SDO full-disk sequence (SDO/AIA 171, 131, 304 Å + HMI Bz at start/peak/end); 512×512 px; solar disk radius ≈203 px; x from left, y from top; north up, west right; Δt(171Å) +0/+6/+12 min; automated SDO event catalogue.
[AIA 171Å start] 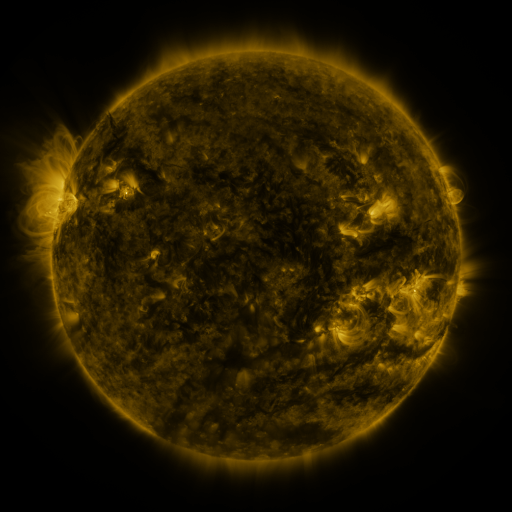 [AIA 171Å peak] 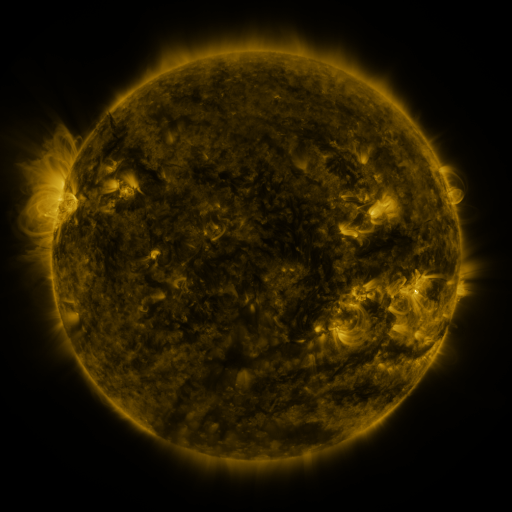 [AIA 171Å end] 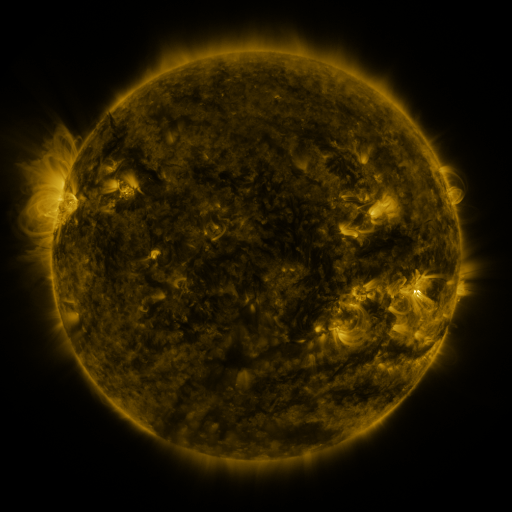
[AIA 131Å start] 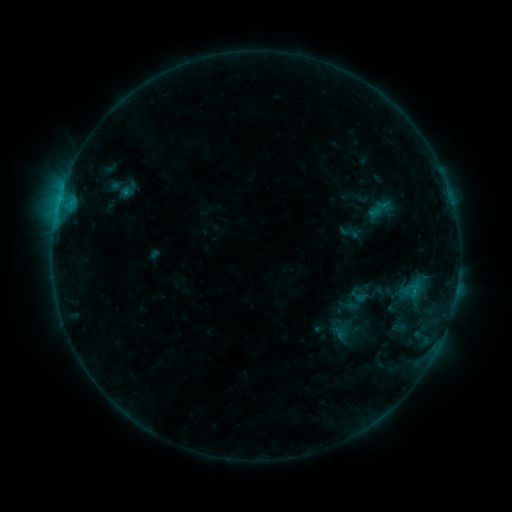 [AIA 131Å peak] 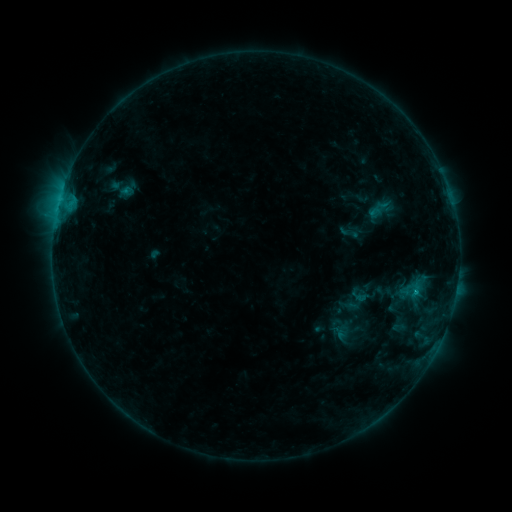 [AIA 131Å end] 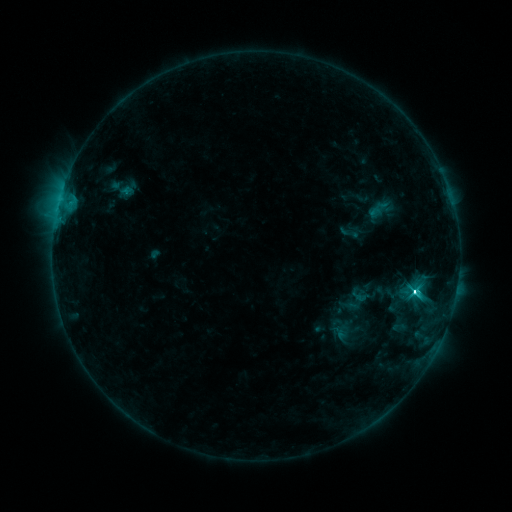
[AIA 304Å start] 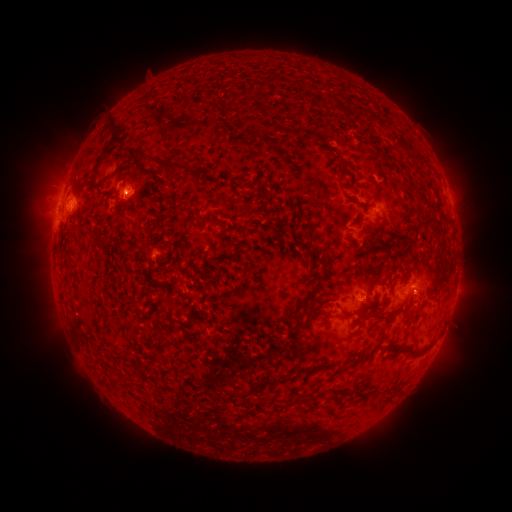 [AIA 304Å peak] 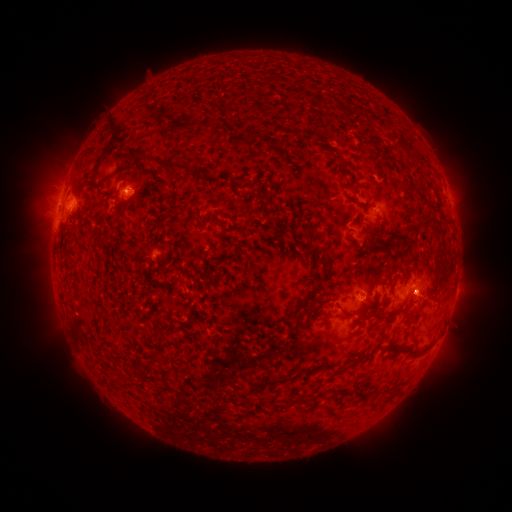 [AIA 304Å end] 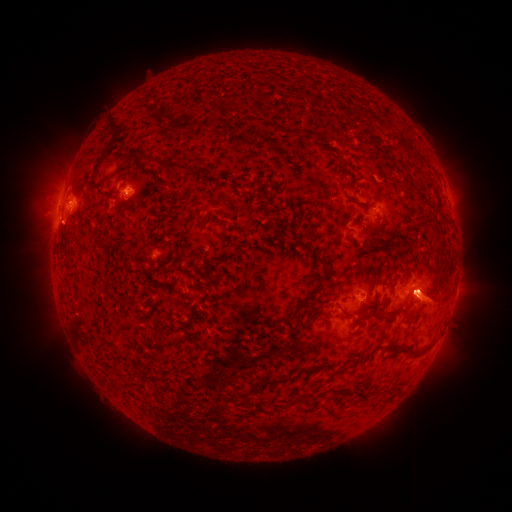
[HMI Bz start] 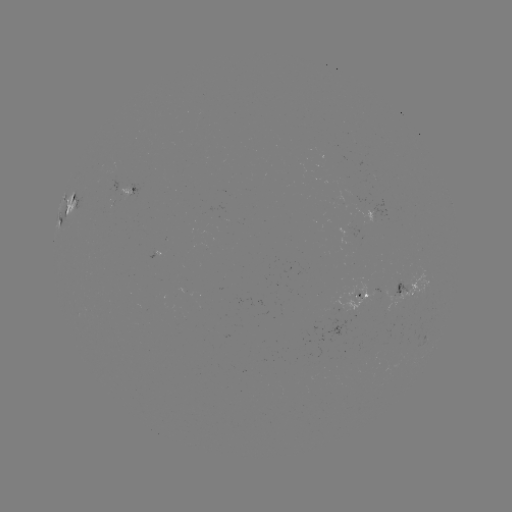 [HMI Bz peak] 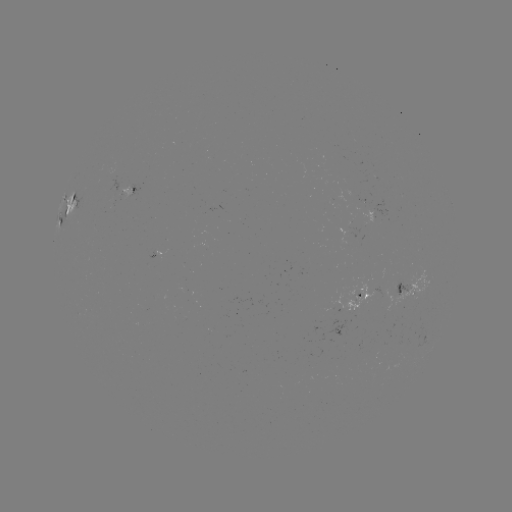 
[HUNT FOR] eruption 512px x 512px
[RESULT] (424, 296)